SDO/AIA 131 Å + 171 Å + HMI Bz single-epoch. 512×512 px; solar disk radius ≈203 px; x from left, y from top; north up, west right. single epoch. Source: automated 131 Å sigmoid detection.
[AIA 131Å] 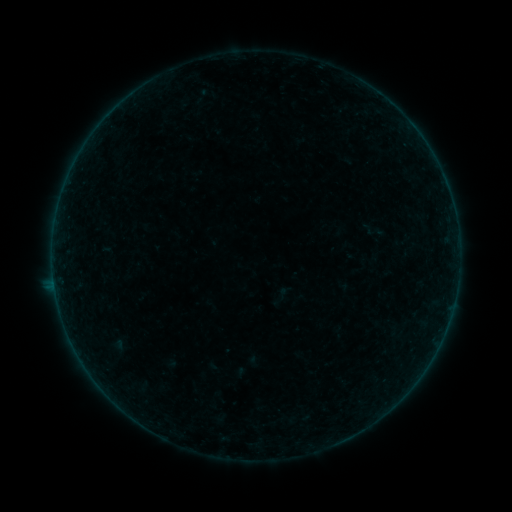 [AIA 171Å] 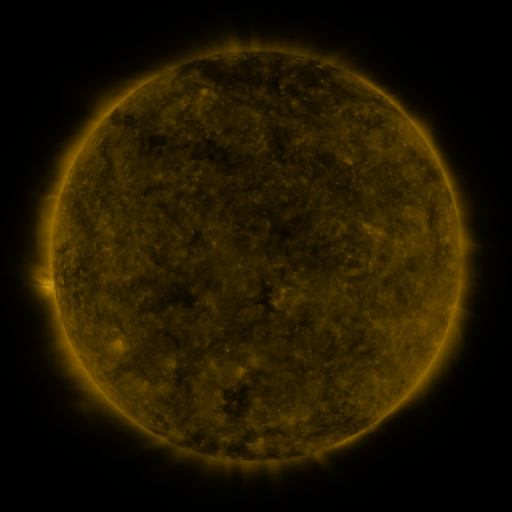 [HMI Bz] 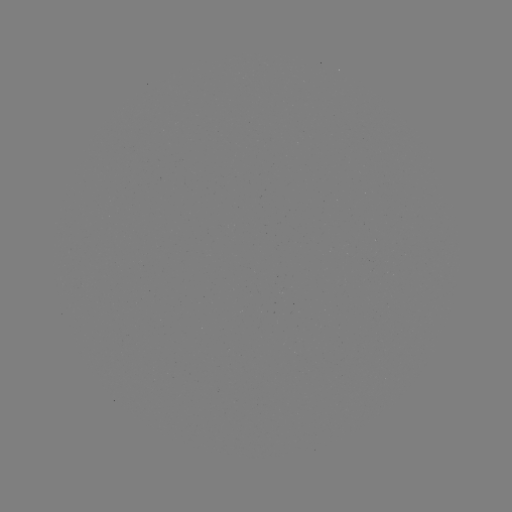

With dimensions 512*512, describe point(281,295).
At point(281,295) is sigmoid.